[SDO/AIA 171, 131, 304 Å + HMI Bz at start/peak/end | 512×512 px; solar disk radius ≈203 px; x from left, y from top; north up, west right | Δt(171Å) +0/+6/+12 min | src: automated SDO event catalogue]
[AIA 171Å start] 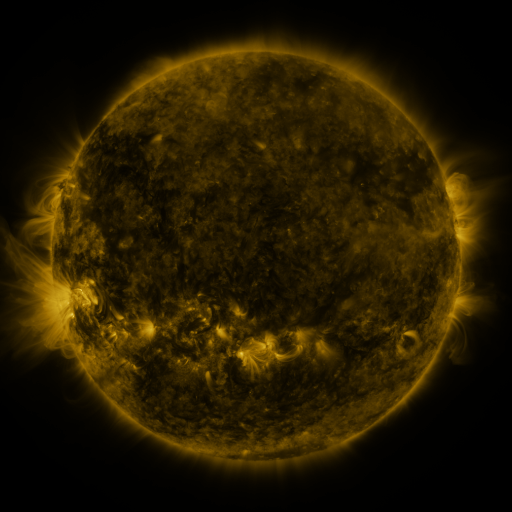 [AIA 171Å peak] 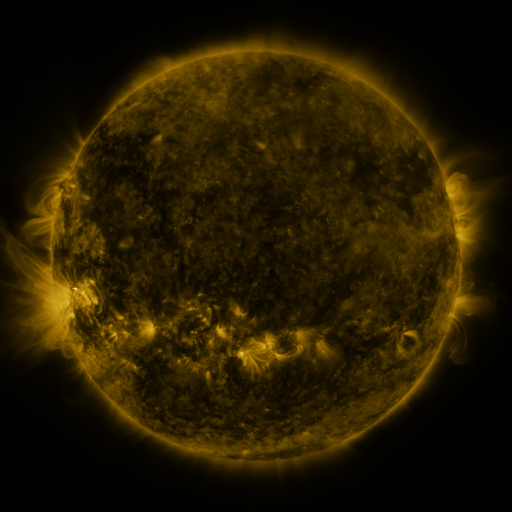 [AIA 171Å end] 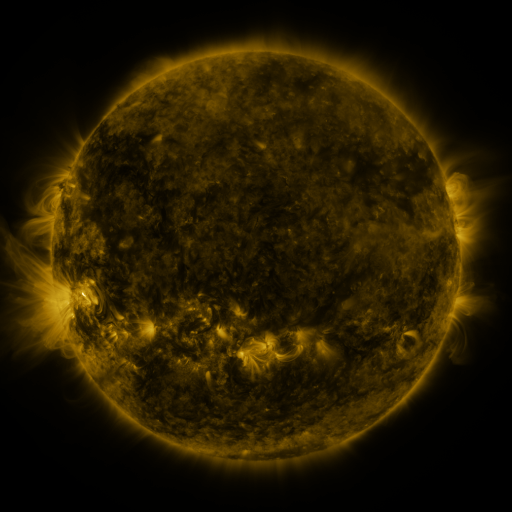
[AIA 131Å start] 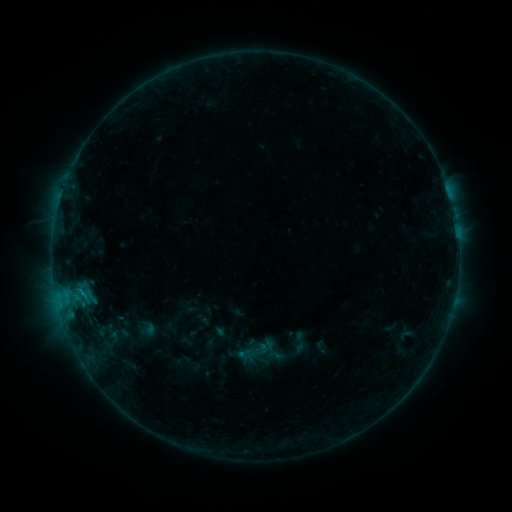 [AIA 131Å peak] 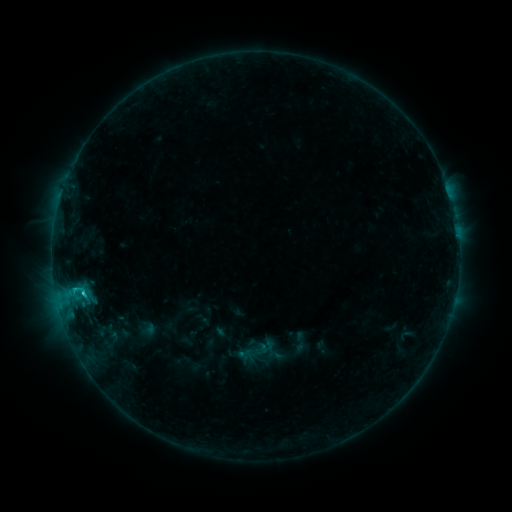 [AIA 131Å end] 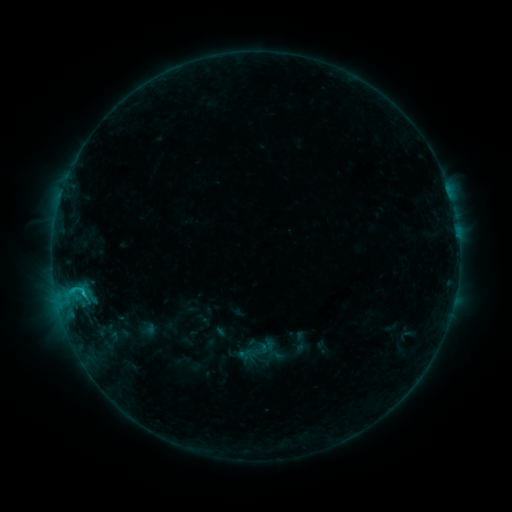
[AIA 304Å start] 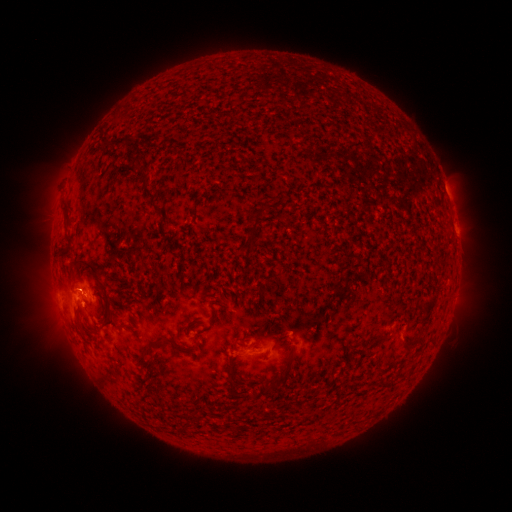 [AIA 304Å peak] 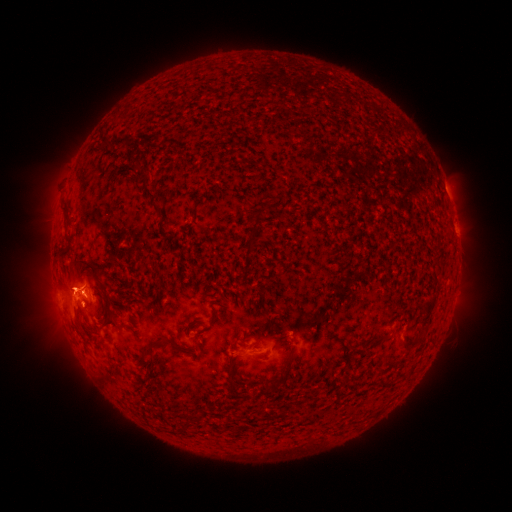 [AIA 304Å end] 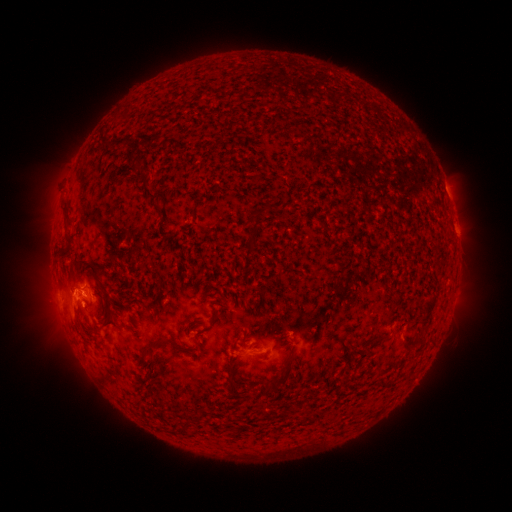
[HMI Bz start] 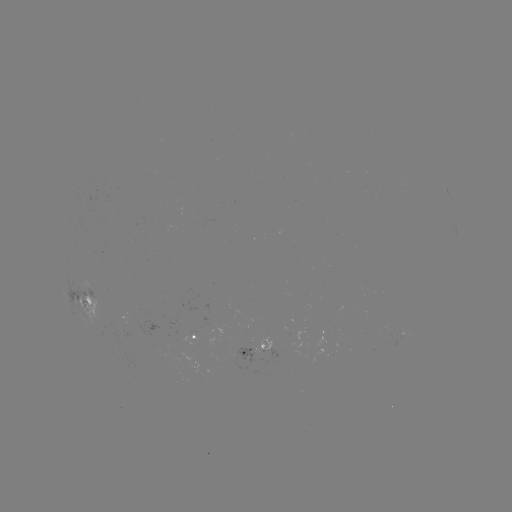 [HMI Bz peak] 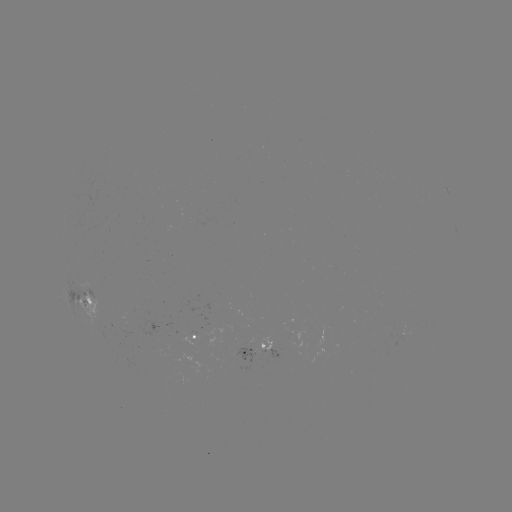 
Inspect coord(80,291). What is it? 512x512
B9.9 flare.